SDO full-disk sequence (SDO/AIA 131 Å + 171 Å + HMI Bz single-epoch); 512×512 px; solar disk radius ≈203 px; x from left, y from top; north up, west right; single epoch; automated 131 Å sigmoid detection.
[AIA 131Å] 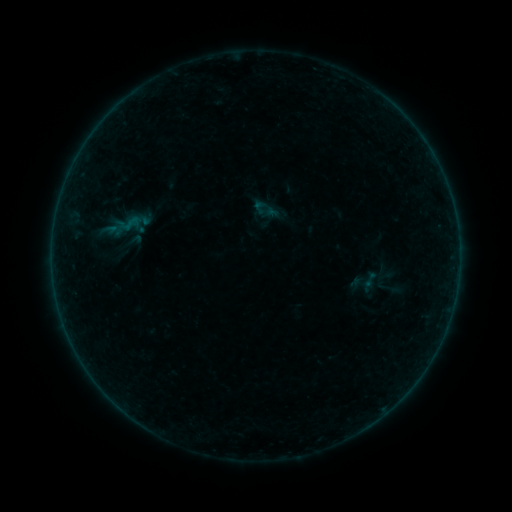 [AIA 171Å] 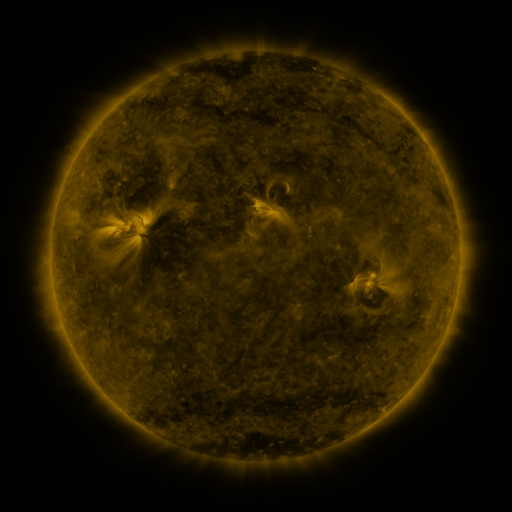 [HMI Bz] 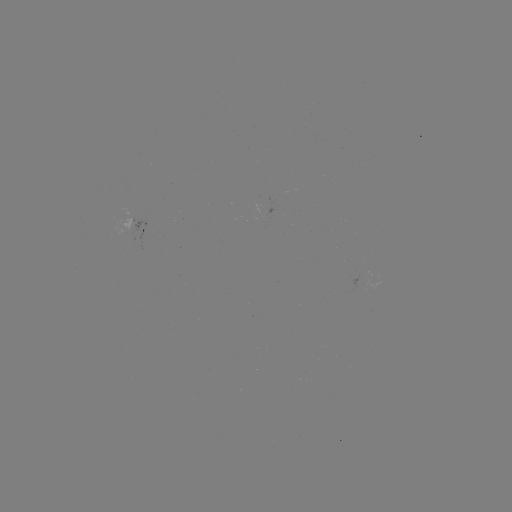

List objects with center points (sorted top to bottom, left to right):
sigmoid: <bbox>251, 199, 267, 215</bbox>
sigmoid: <bbox>361, 270, 379, 289</bbox>
sigmoid: <bbox>375, 274, 400, 301</bbox>
